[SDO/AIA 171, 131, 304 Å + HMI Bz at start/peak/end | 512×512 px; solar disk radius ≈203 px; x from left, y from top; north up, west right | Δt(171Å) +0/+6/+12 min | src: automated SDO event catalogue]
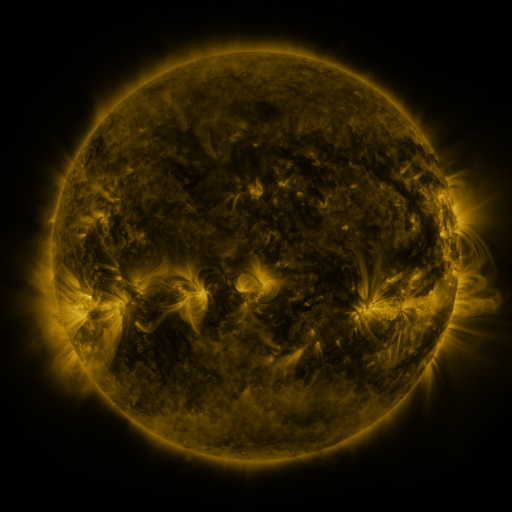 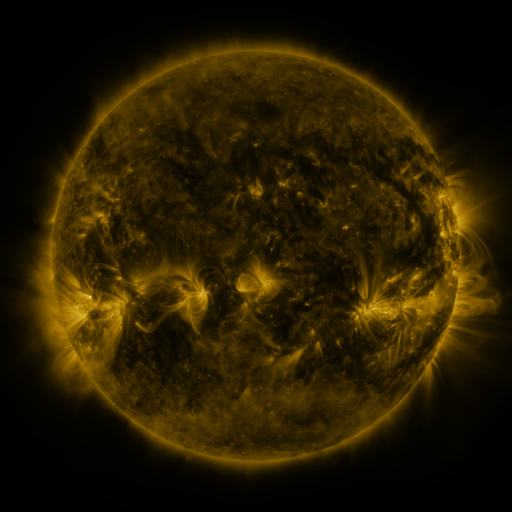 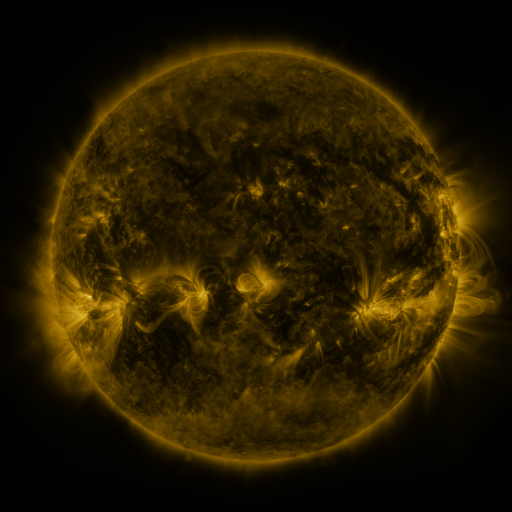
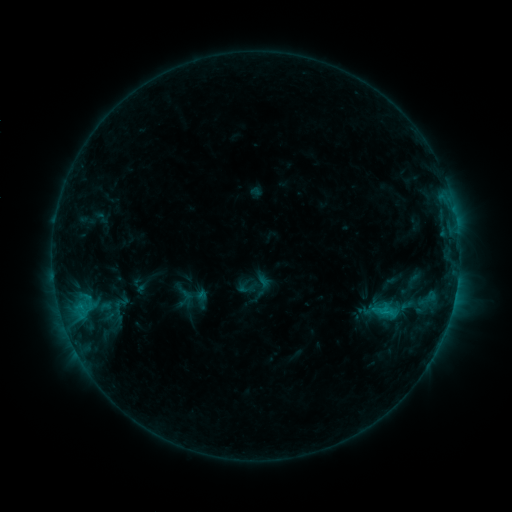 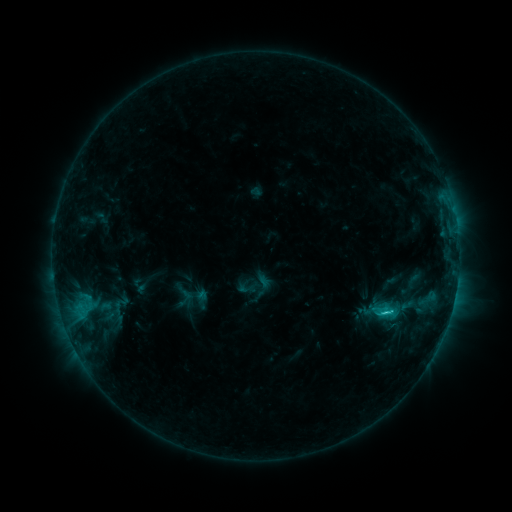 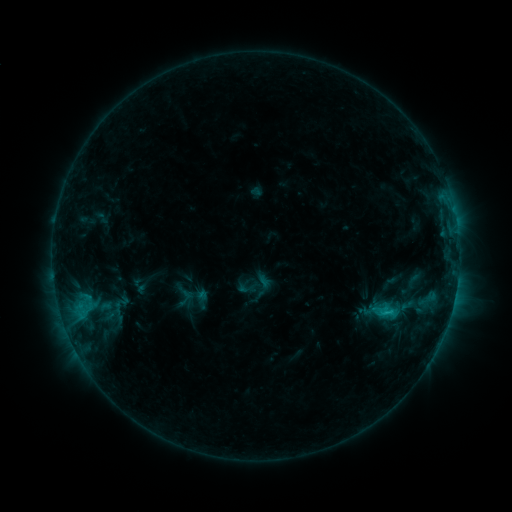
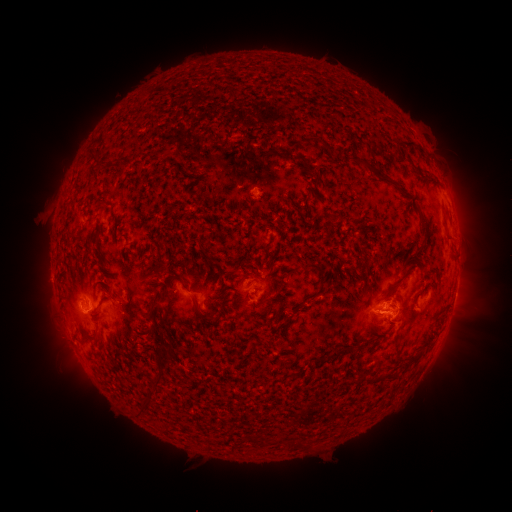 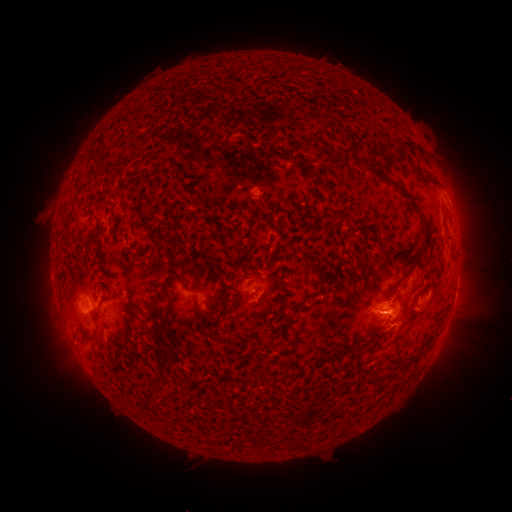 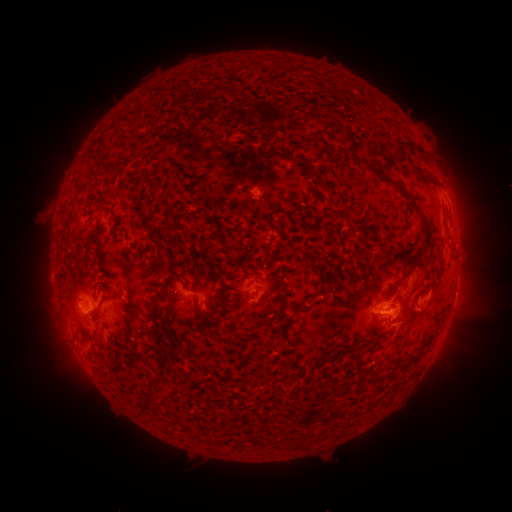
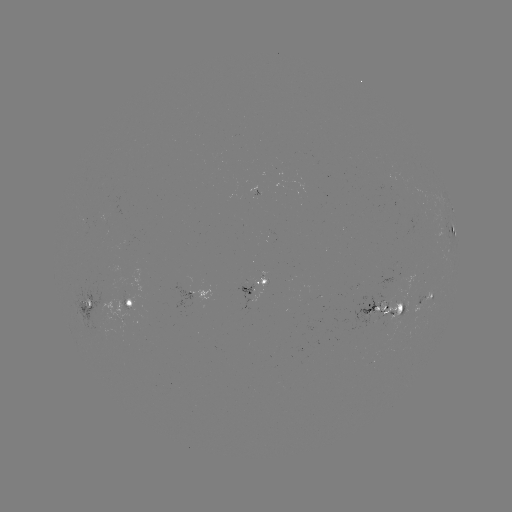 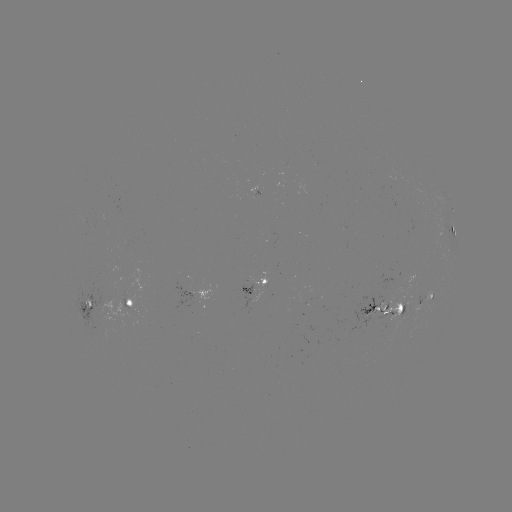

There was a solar flare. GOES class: C1.7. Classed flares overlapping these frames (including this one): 1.